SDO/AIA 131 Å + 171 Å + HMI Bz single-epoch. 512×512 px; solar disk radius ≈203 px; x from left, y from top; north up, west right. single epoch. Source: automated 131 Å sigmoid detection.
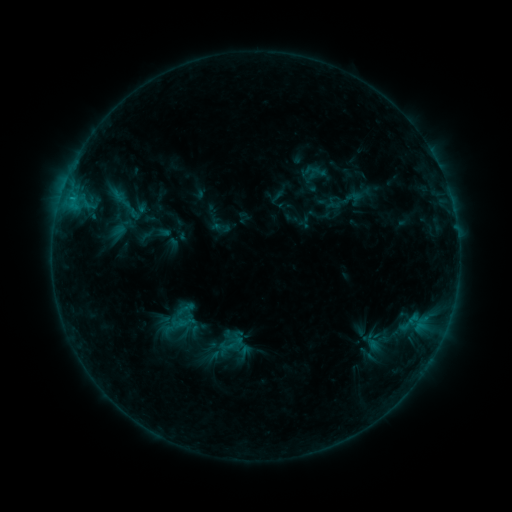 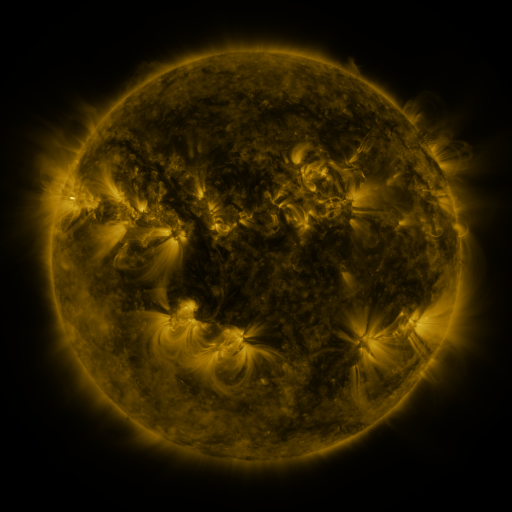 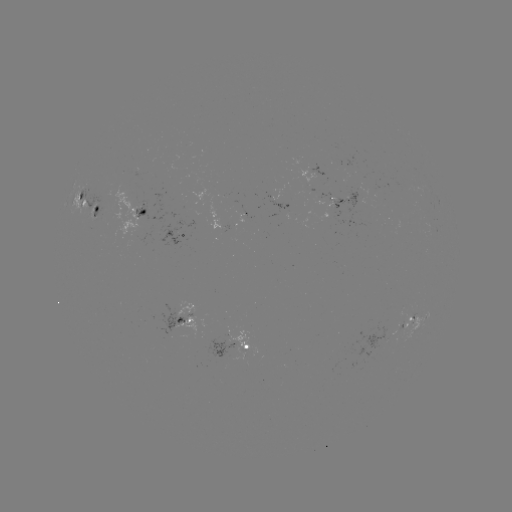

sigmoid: <bbox>102, 180, 147, 227</bbox>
